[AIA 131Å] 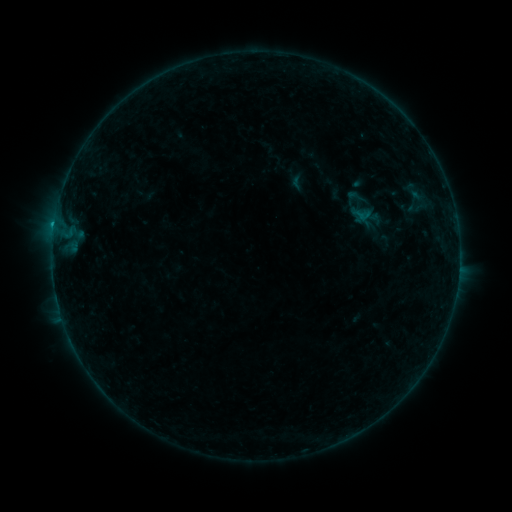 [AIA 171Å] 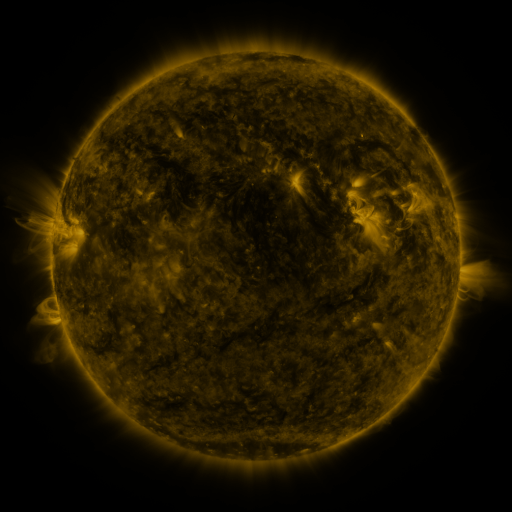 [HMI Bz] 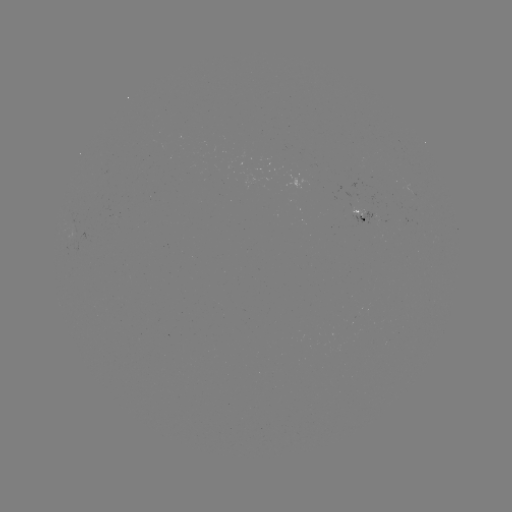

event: sigmoid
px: (356, 196)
